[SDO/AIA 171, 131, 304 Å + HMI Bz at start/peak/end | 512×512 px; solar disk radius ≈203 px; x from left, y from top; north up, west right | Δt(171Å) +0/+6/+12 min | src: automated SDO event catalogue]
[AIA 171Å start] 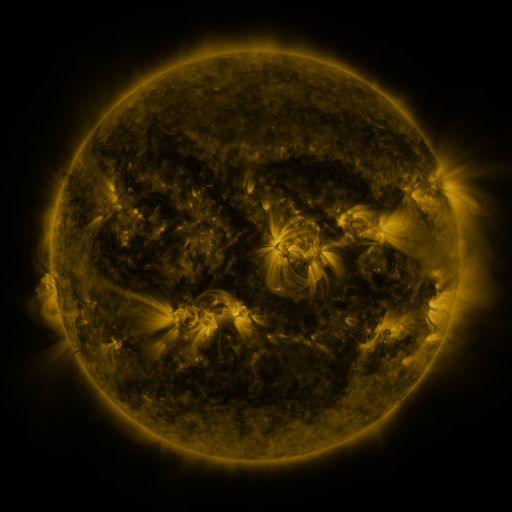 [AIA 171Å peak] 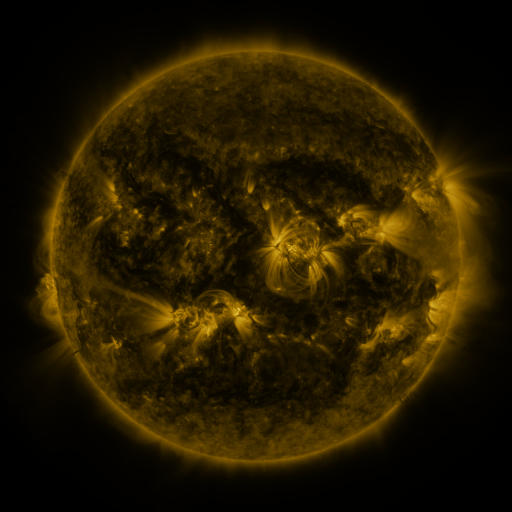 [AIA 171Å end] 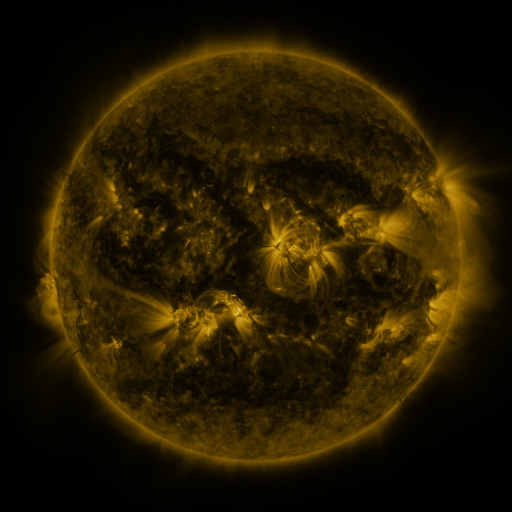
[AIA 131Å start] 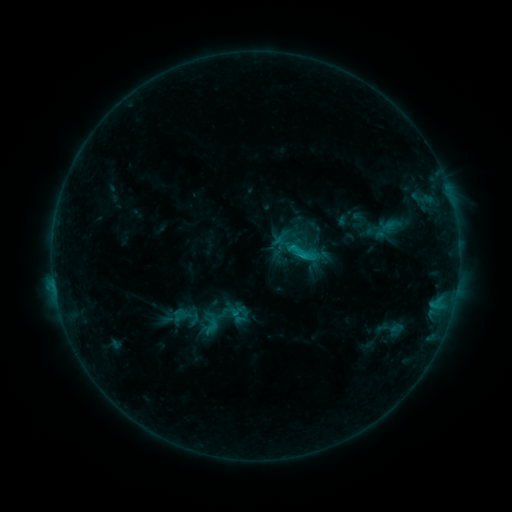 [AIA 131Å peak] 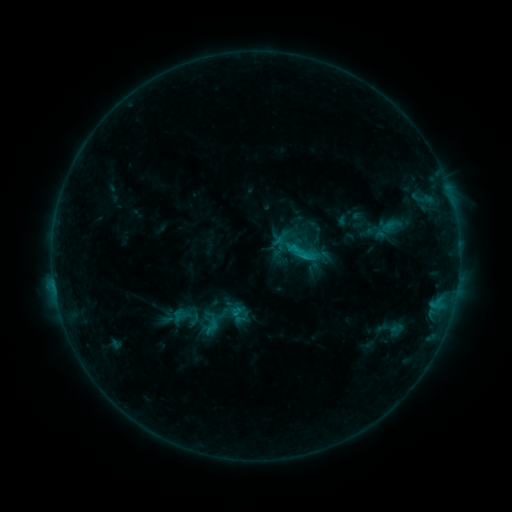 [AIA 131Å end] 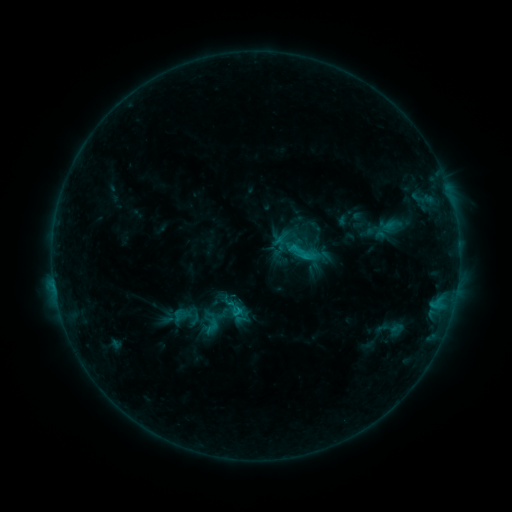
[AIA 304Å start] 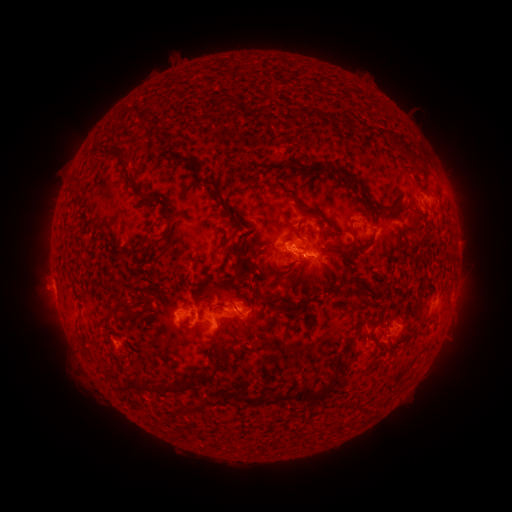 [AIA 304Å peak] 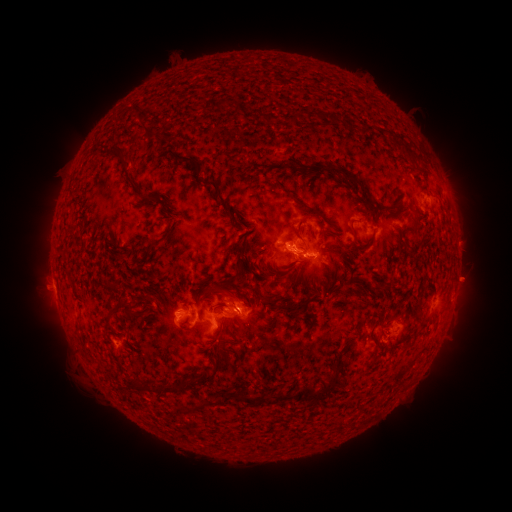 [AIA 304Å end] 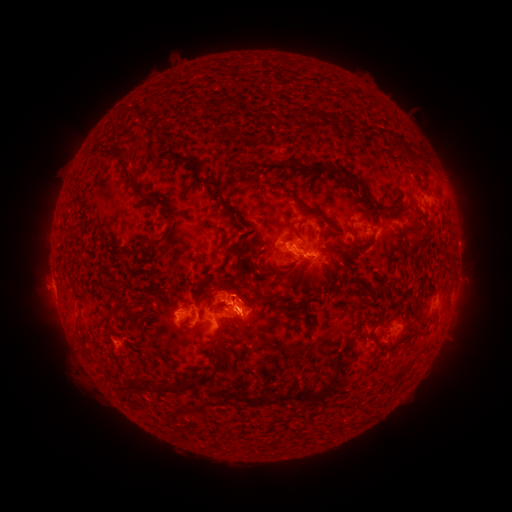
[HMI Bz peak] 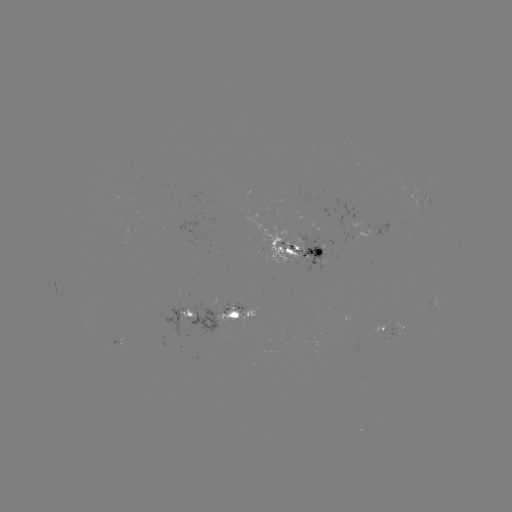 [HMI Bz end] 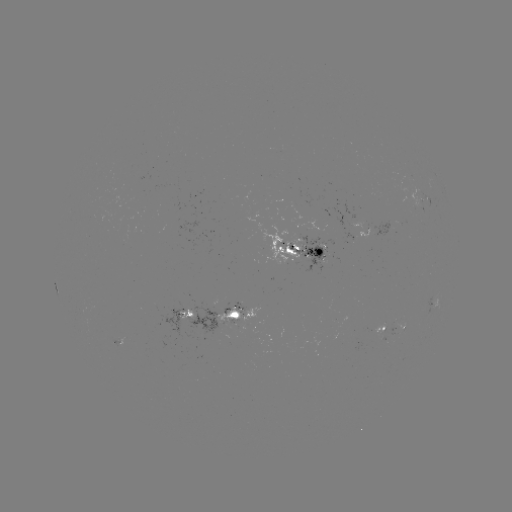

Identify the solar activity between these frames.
eruption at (233, 291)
